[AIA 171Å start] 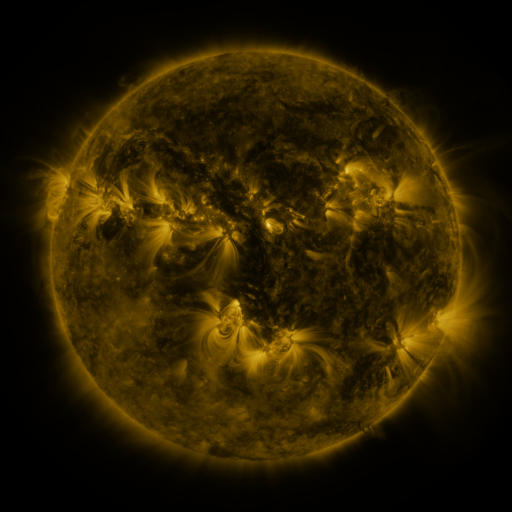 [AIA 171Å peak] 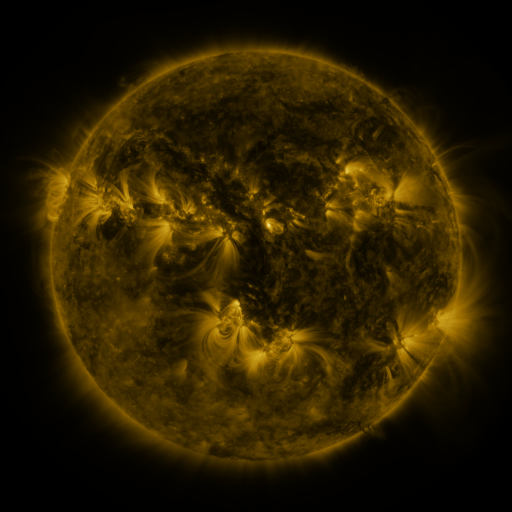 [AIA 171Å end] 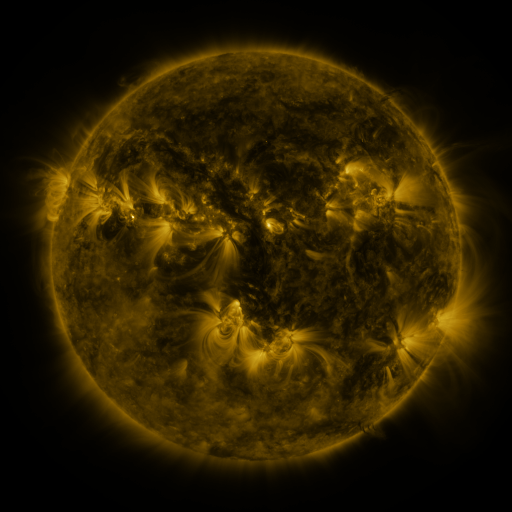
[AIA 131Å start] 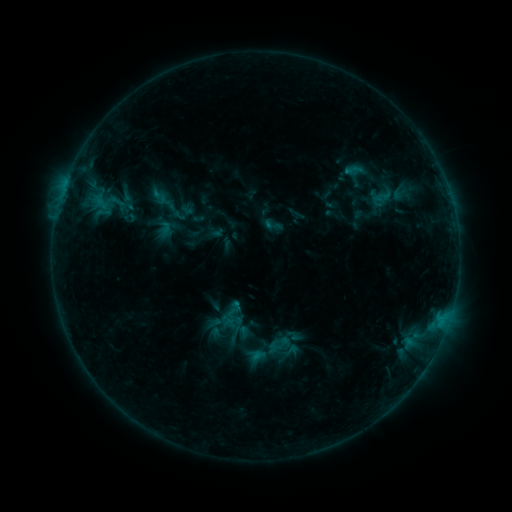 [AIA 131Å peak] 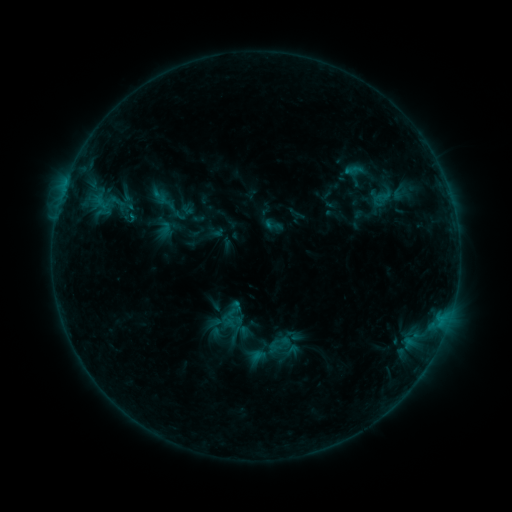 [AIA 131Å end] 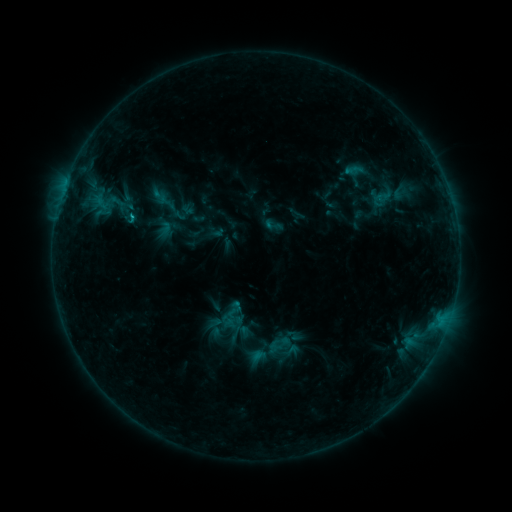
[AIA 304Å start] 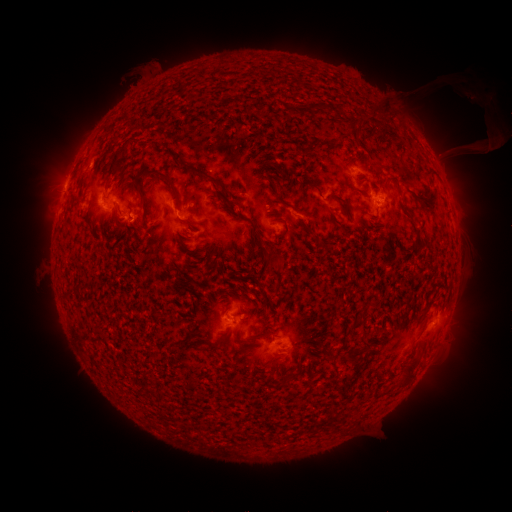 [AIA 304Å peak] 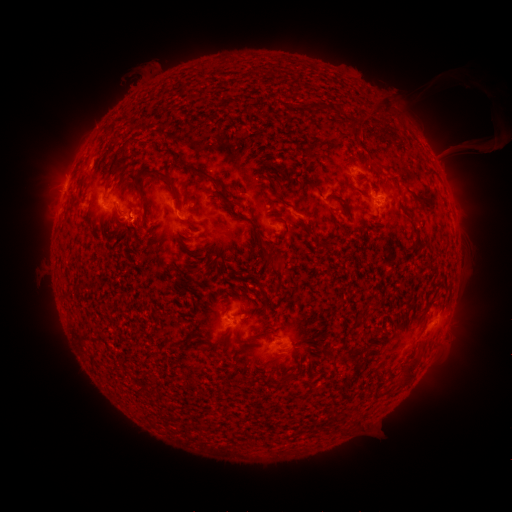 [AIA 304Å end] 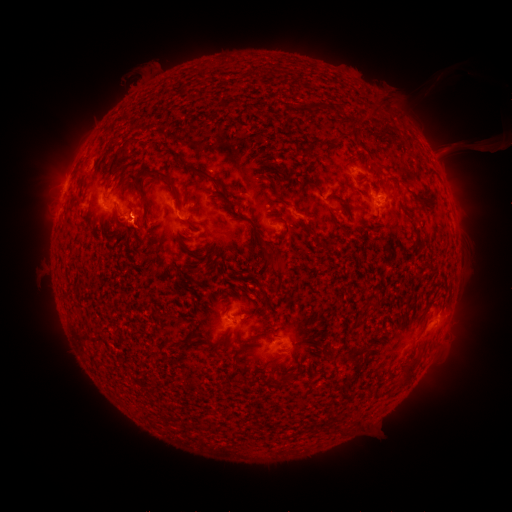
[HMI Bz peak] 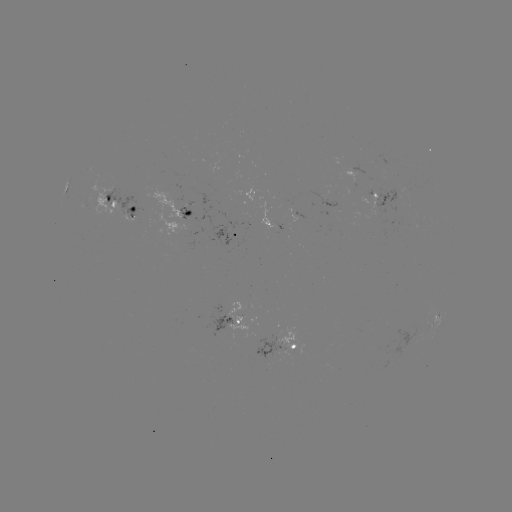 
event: flare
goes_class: C1.0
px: (133, 218)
